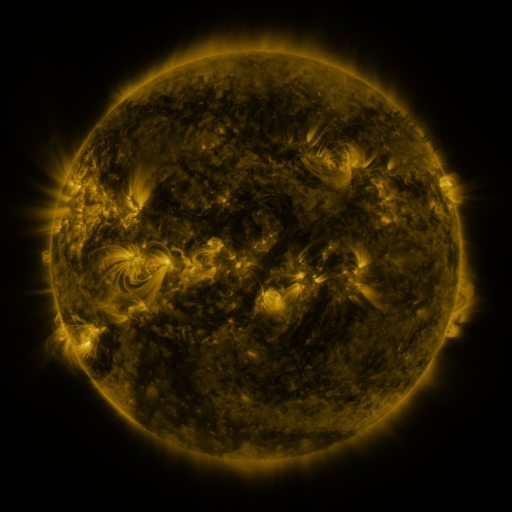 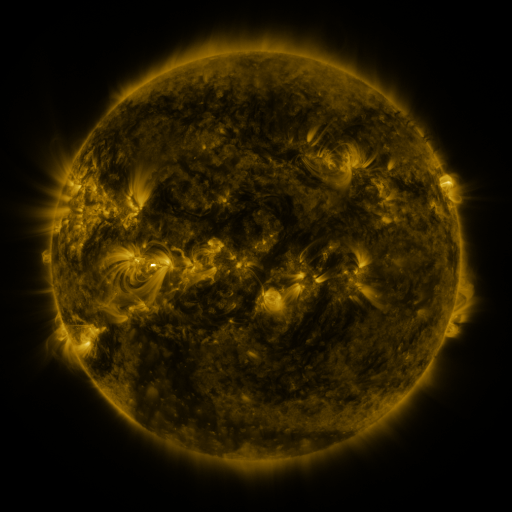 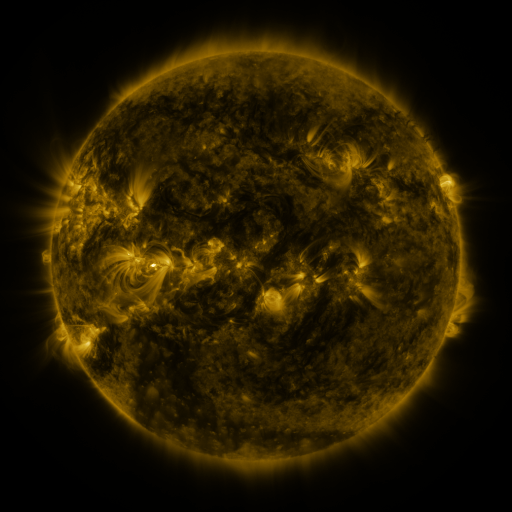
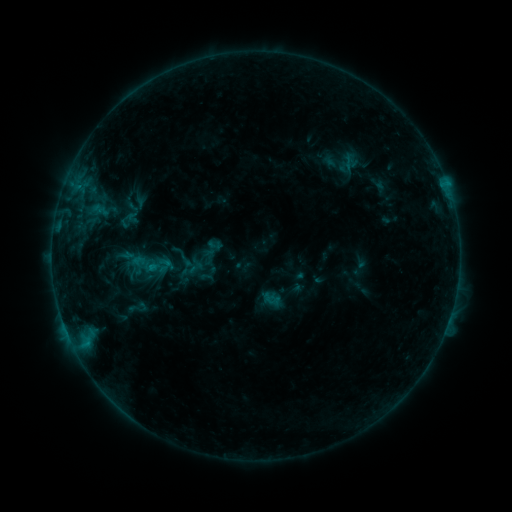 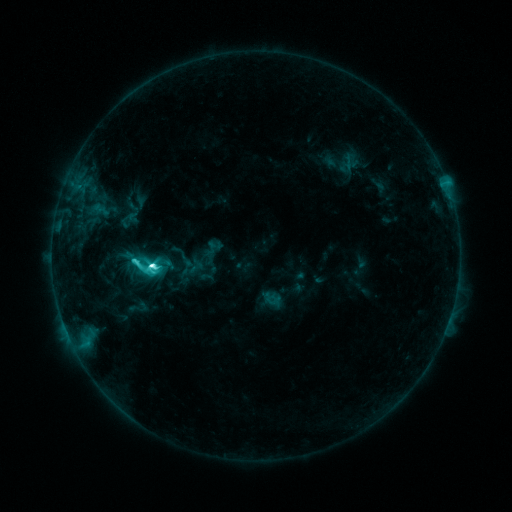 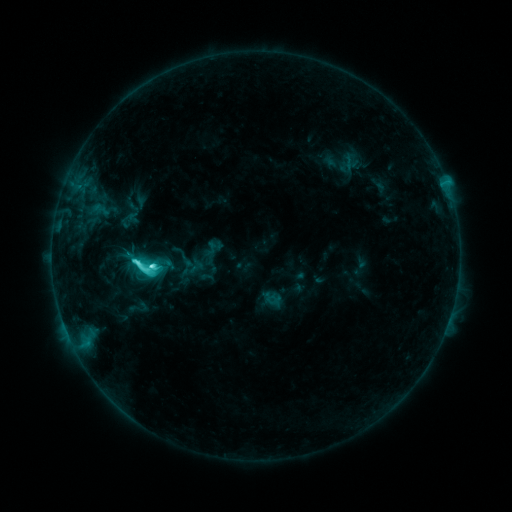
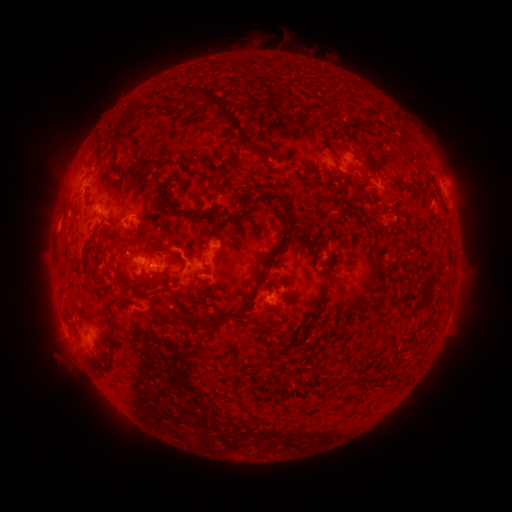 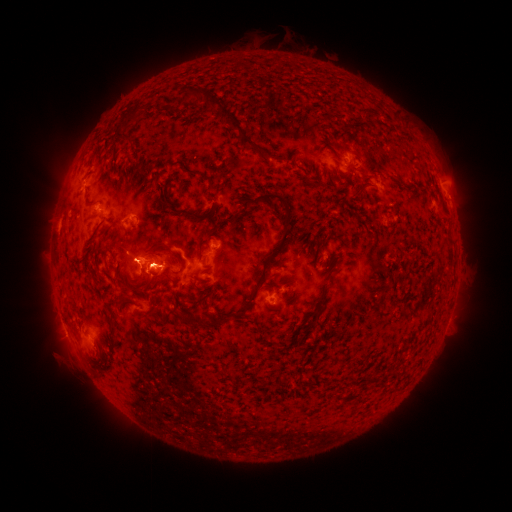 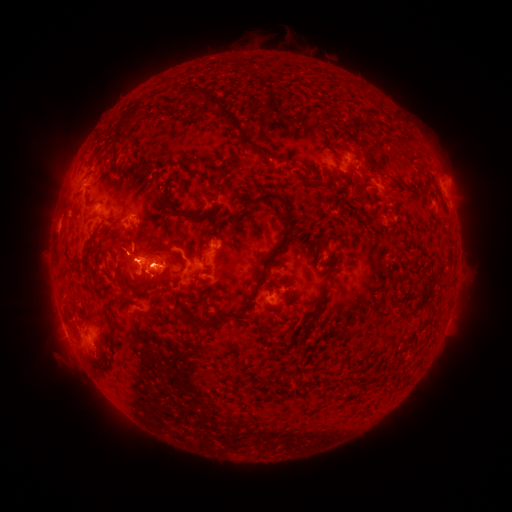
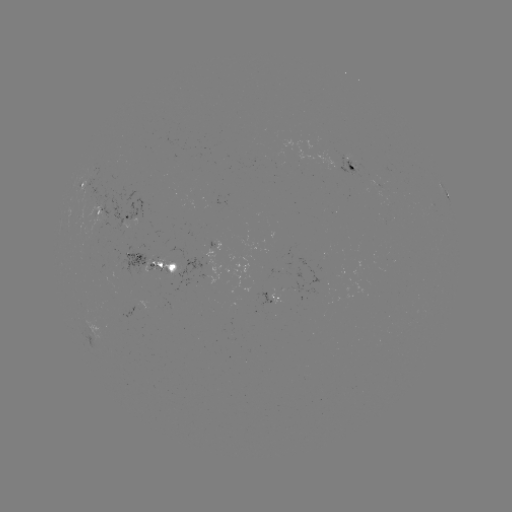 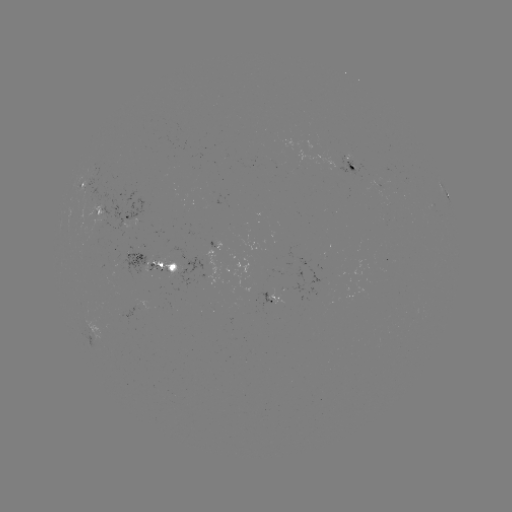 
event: flare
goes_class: C8.7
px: (155, 263)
